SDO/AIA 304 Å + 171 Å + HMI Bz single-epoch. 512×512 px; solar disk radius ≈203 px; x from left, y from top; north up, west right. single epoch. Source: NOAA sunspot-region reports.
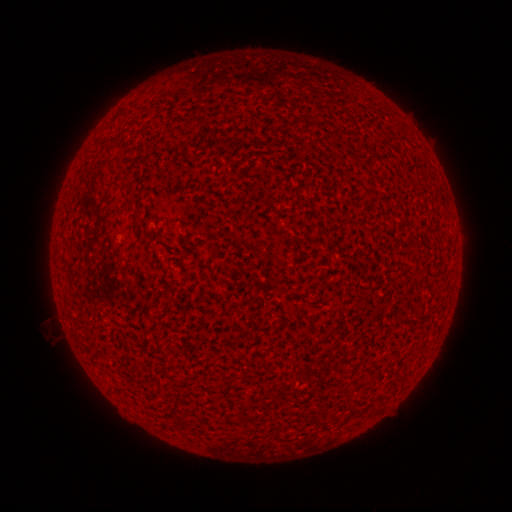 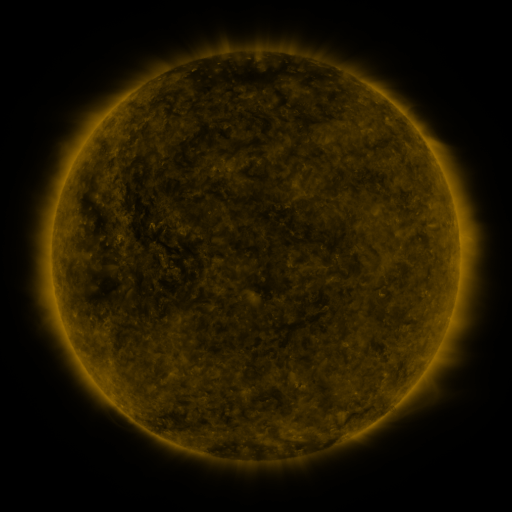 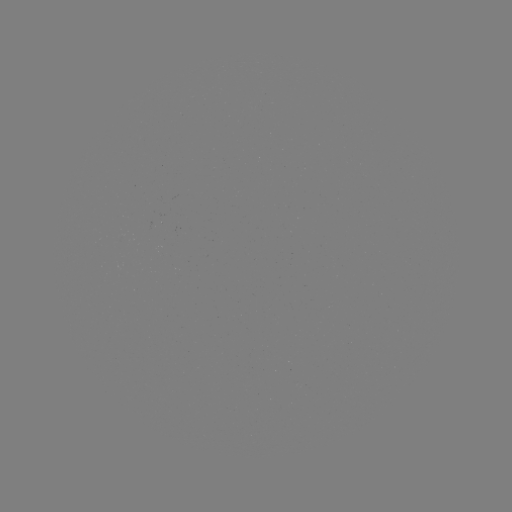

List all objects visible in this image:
(none)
